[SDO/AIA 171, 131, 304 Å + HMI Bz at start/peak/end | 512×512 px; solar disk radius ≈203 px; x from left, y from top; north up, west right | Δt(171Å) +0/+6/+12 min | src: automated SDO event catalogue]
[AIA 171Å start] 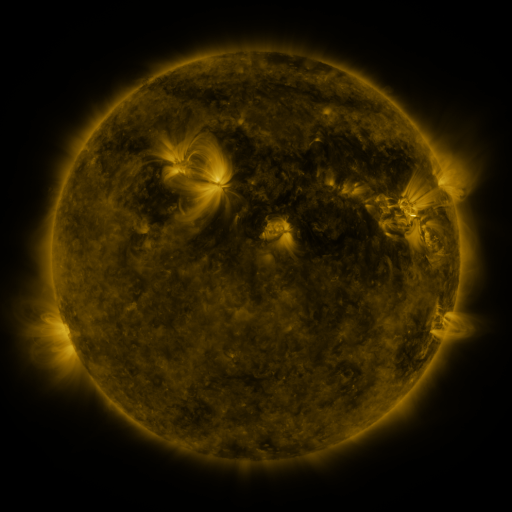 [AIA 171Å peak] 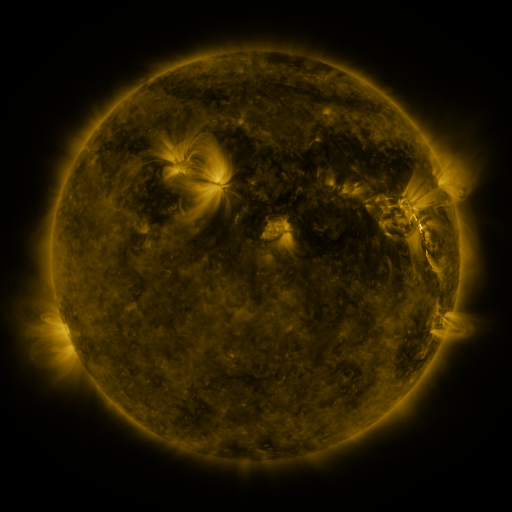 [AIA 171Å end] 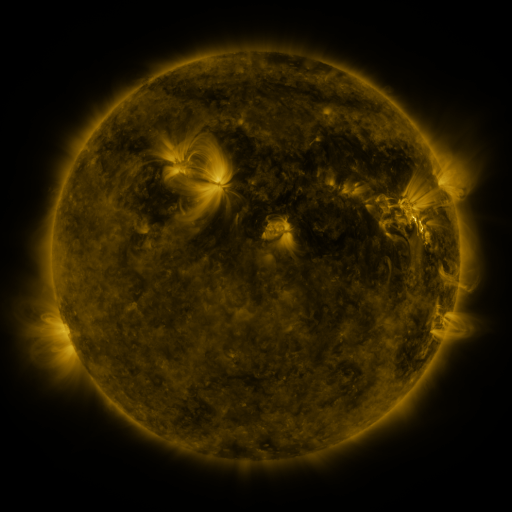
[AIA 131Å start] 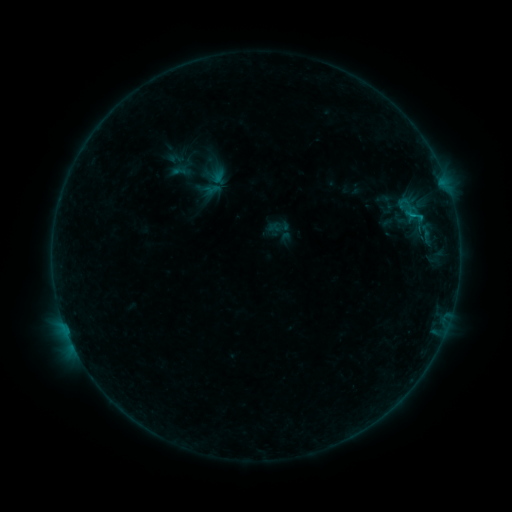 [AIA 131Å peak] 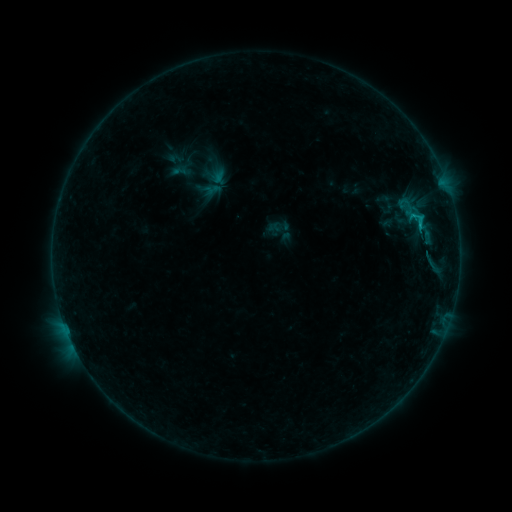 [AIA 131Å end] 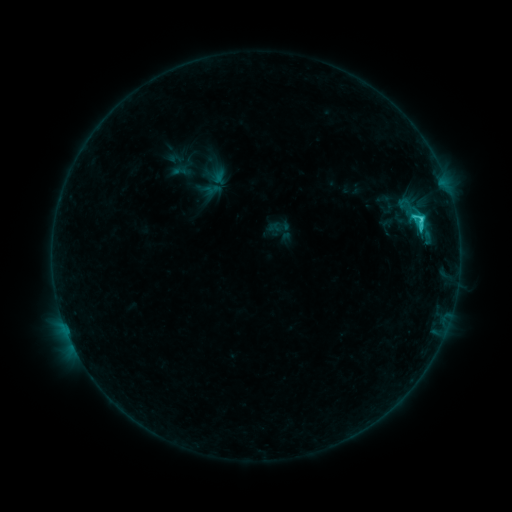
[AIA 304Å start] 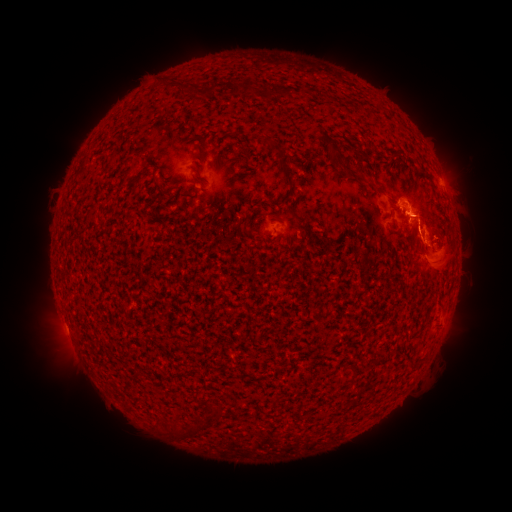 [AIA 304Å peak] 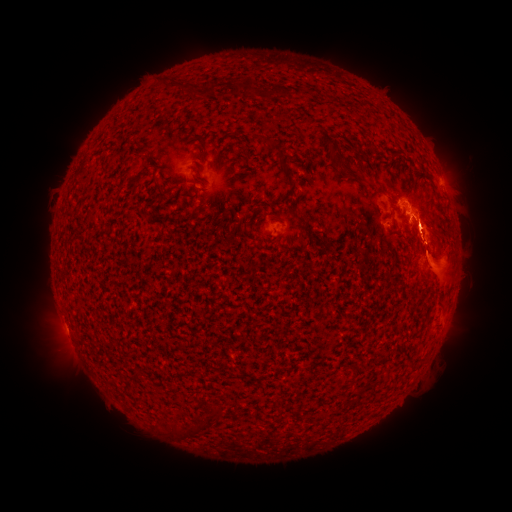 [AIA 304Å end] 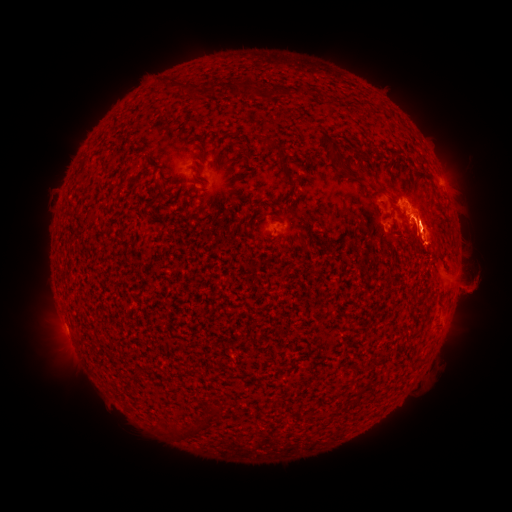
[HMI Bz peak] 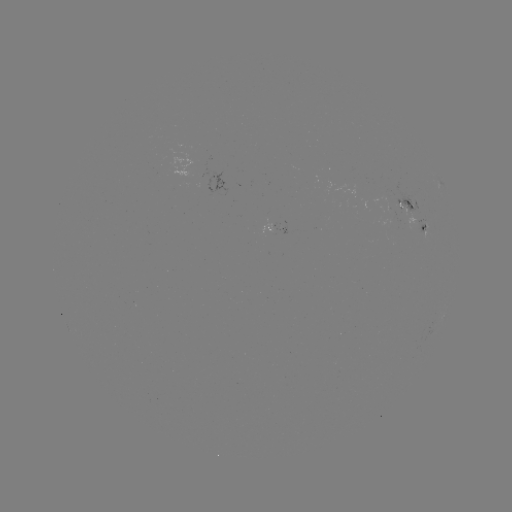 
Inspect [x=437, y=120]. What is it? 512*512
eruption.